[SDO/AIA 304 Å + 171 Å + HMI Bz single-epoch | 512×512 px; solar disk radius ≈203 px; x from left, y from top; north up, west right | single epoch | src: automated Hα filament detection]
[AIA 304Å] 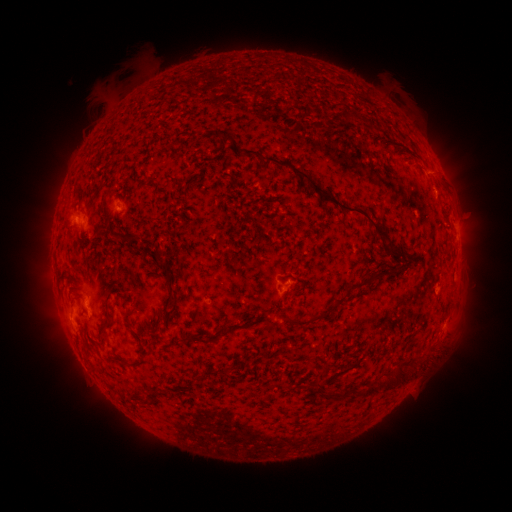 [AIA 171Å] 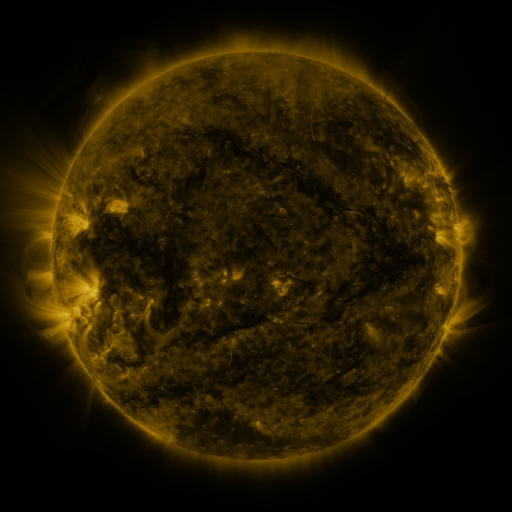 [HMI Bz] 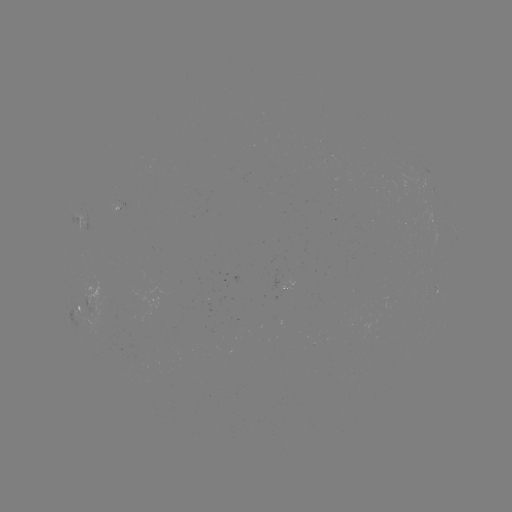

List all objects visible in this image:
filament: (349, 116)
filament: (319, 190)
filament: (283, 207)
filament: (66, 228)
filament: (120, 239)
filament: (138, 240)
filament: (394, 252)
filament: (372, 275)
filament: (299, 289)
filament: (171, 297)
filament: (340, 300)
filament: (304, 322)
filament: (157, 327)
filament: (106, 331)
filament: (197, 339)
filament: (125, 363)
filament: (323, 364)
filament: (373, 387)
